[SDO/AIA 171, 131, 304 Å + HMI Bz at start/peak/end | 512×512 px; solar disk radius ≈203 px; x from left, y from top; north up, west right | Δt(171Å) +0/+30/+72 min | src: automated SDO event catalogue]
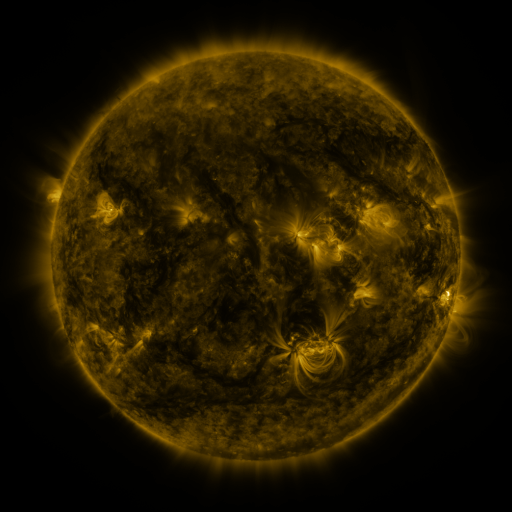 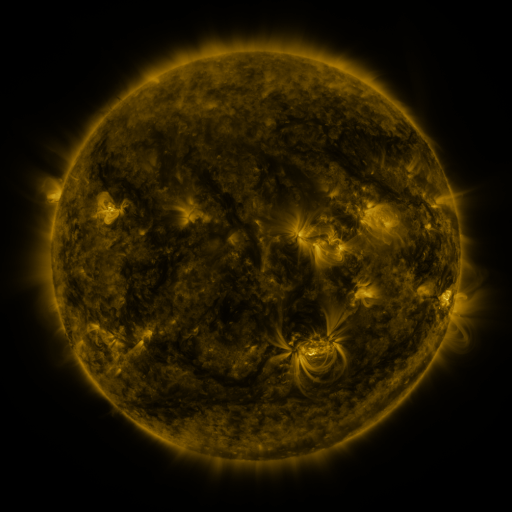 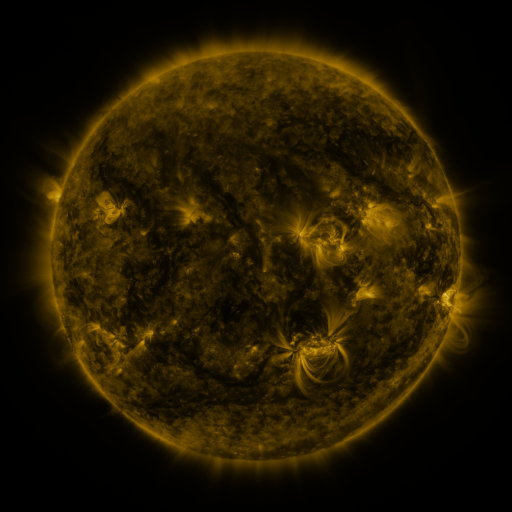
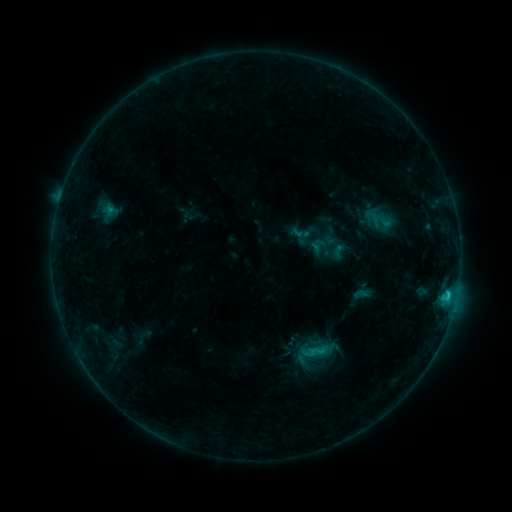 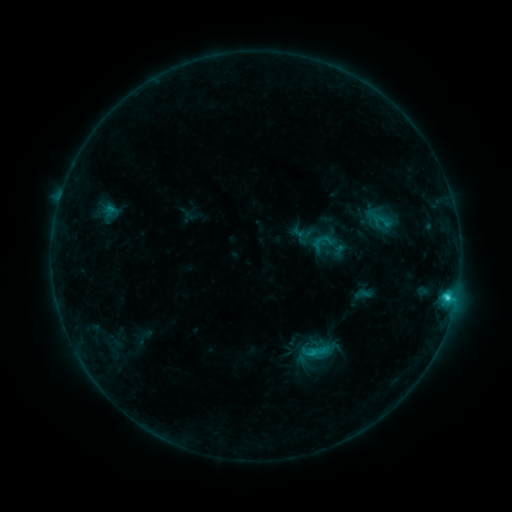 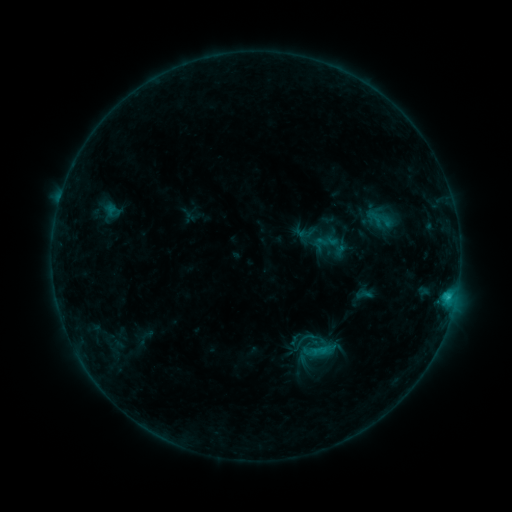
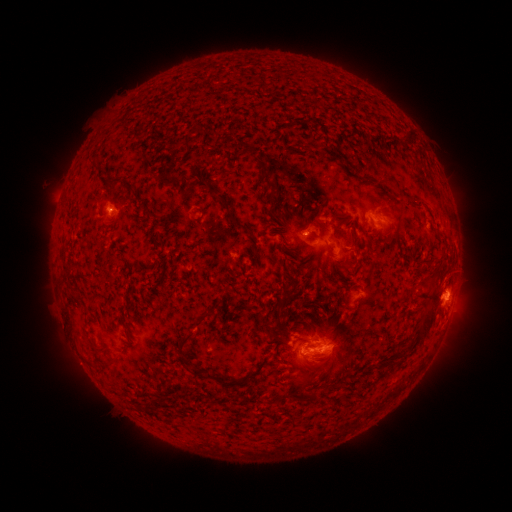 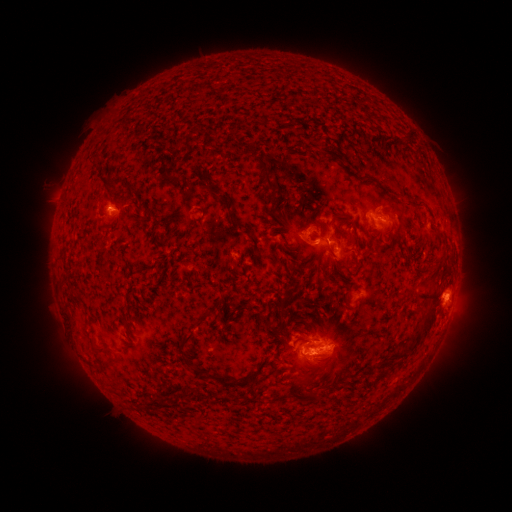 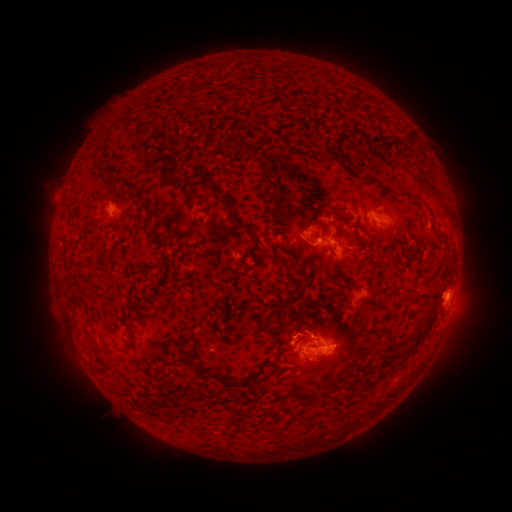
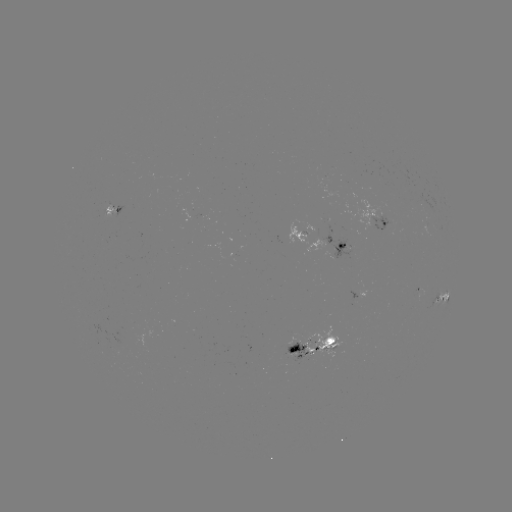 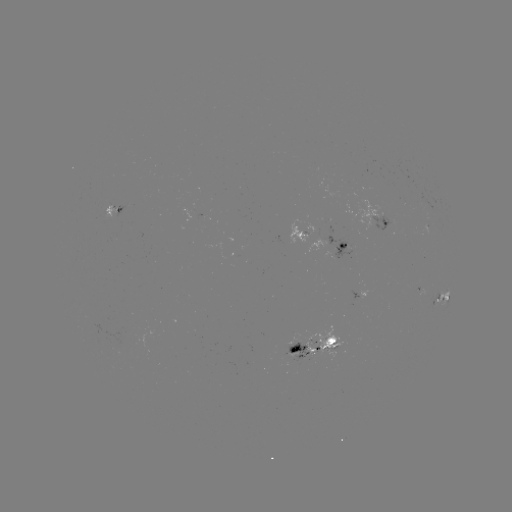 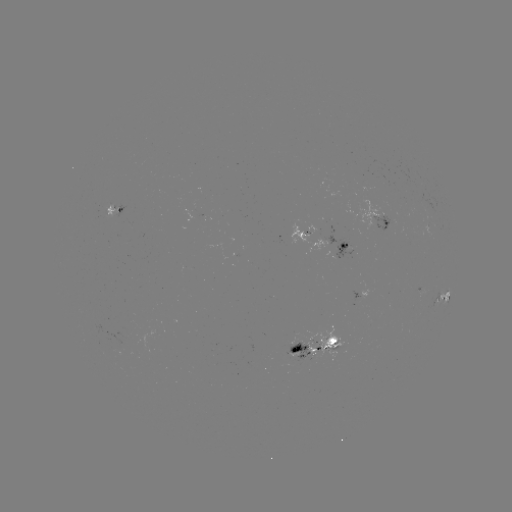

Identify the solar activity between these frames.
C2.8 flare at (447, 298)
